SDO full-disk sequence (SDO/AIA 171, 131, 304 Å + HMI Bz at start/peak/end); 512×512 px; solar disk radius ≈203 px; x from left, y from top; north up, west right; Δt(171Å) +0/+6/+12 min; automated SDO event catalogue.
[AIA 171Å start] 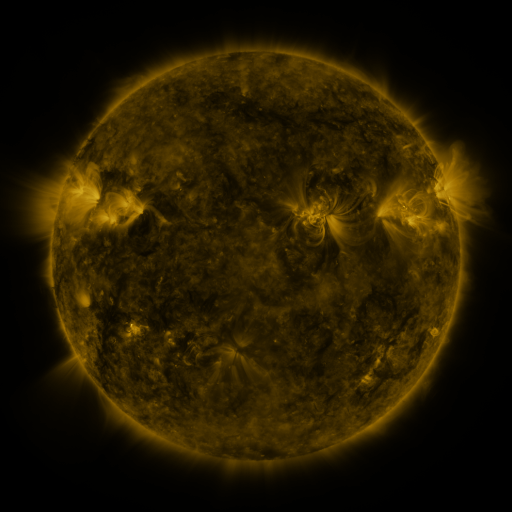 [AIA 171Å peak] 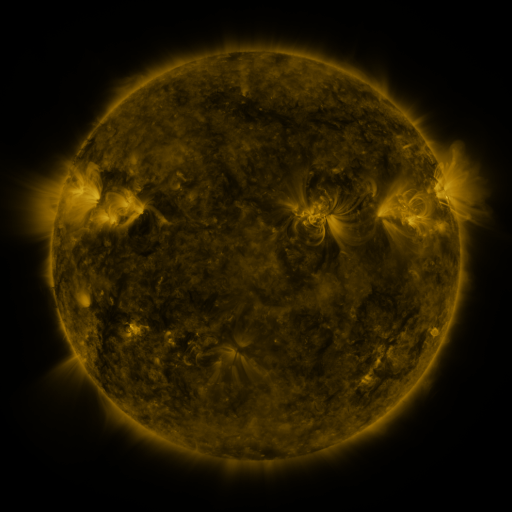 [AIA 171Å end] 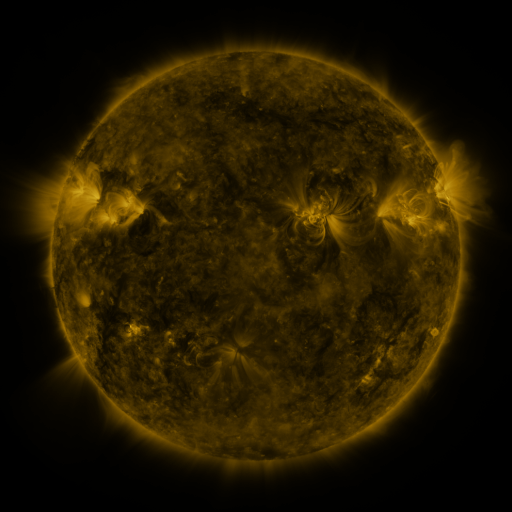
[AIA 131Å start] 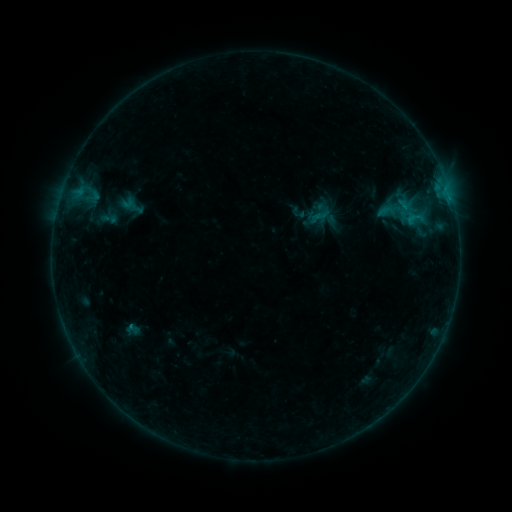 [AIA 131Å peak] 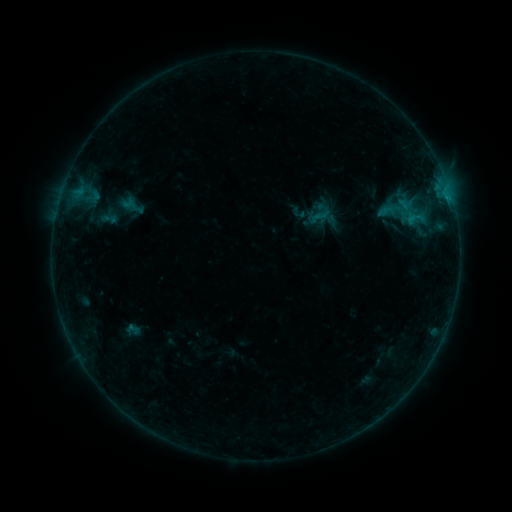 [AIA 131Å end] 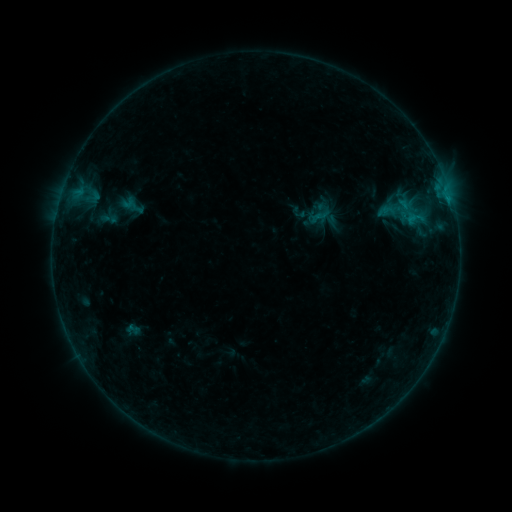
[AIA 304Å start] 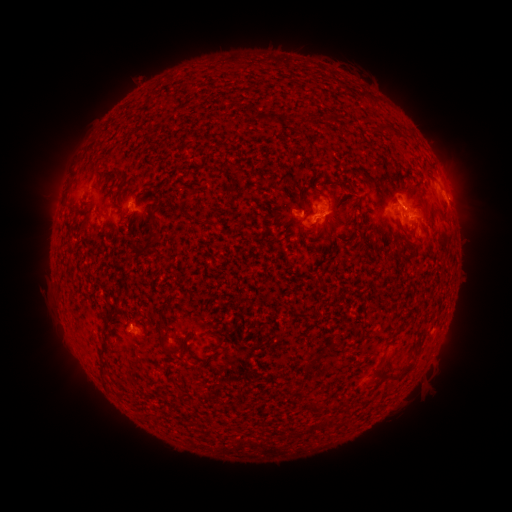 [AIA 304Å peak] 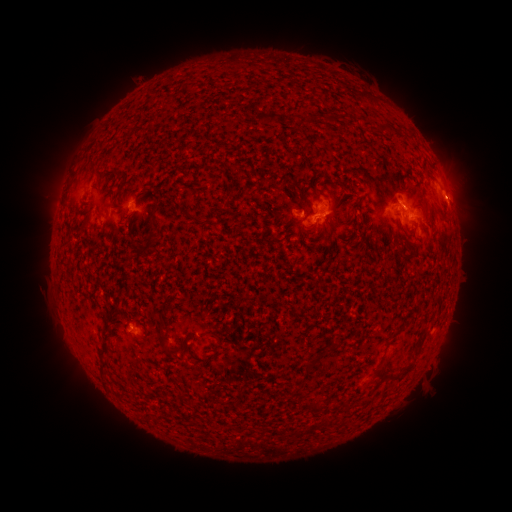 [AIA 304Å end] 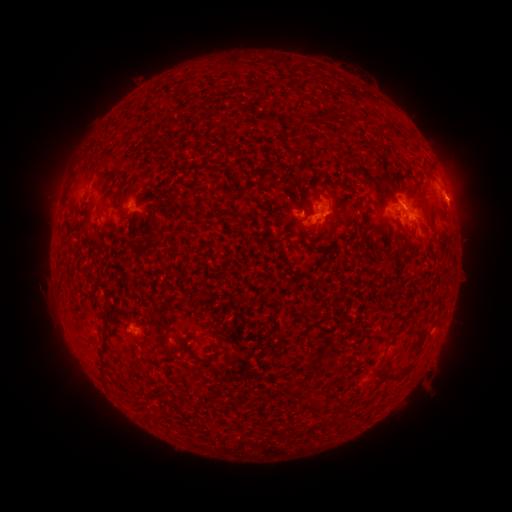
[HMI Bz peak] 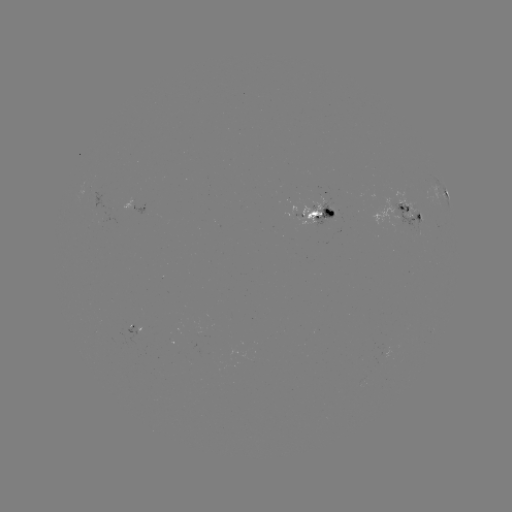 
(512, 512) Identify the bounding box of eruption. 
[425, 171, 488, 226].